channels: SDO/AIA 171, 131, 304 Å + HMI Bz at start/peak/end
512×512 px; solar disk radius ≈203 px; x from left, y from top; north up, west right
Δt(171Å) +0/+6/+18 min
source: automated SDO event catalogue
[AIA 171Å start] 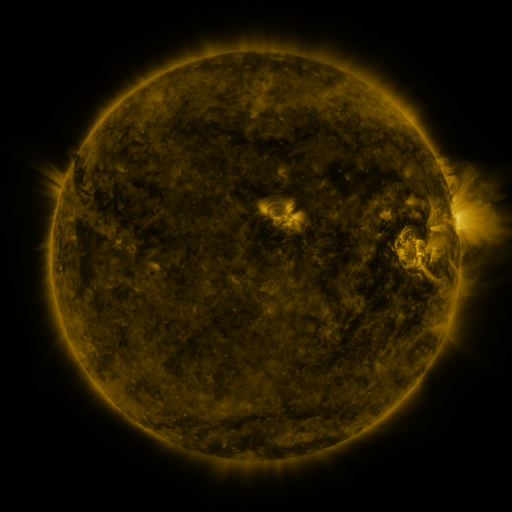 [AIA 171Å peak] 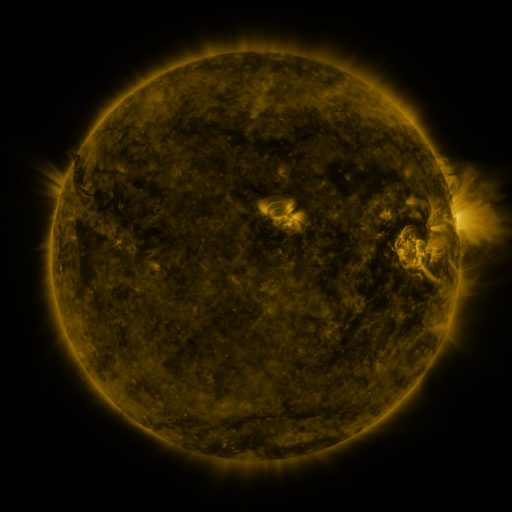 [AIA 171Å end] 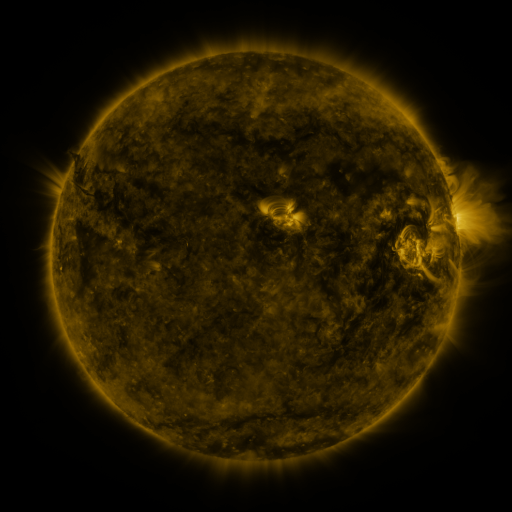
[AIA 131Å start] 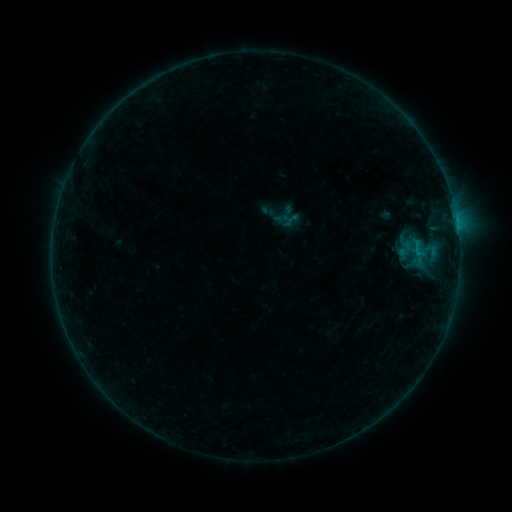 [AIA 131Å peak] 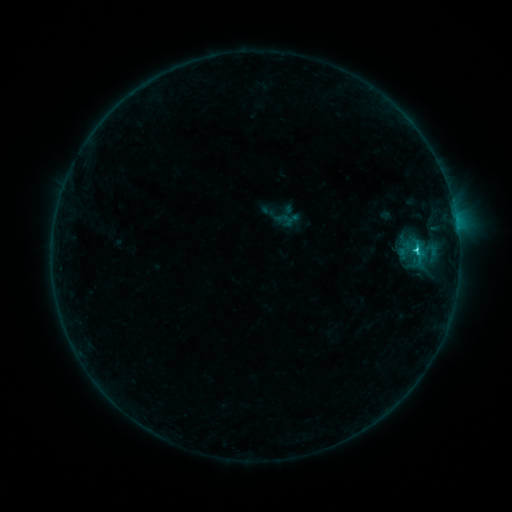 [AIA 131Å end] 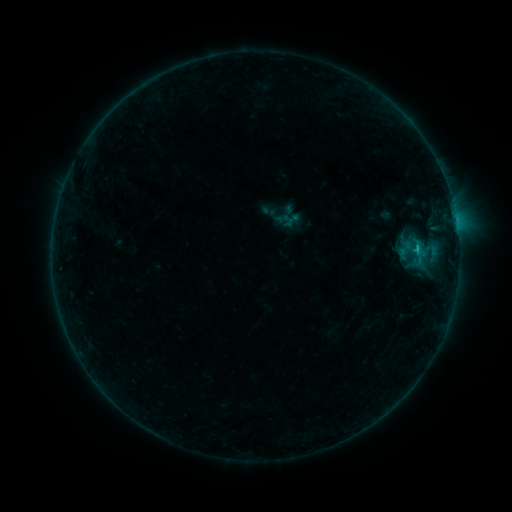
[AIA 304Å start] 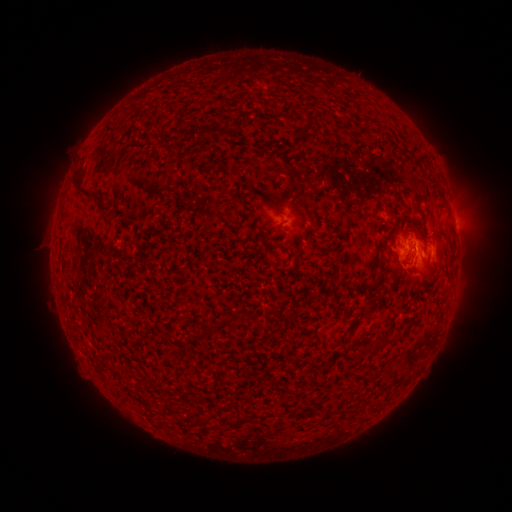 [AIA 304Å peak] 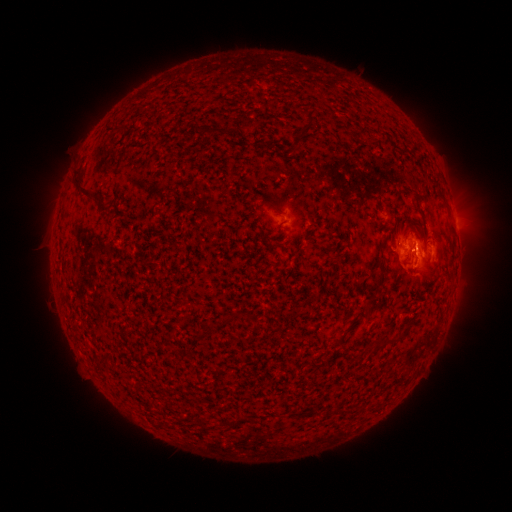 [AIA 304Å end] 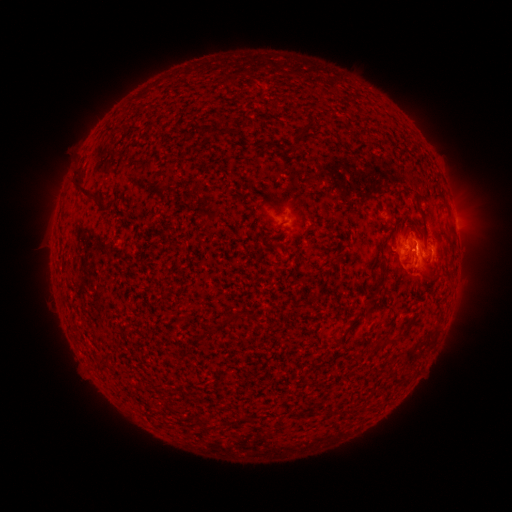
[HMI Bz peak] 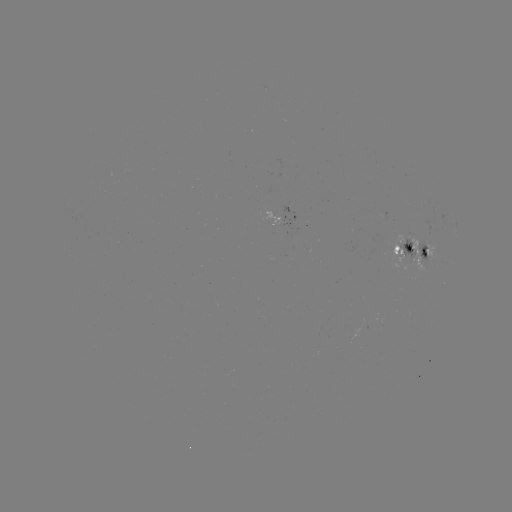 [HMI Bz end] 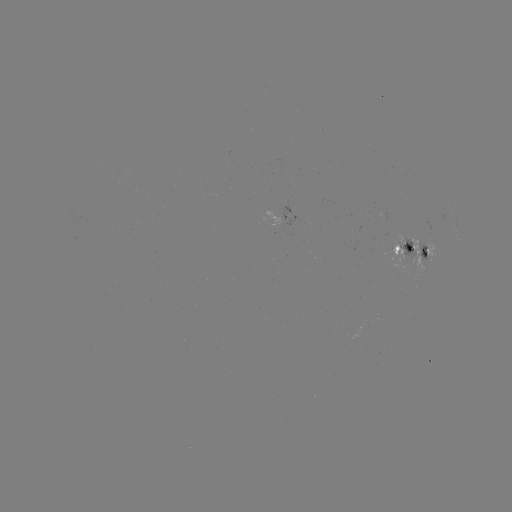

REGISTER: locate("C1.2 flare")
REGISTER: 415,249